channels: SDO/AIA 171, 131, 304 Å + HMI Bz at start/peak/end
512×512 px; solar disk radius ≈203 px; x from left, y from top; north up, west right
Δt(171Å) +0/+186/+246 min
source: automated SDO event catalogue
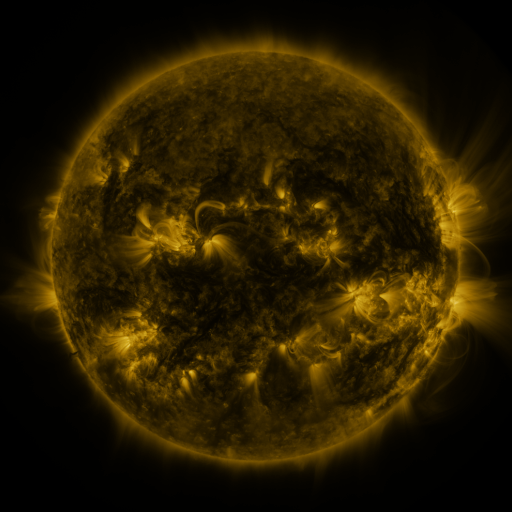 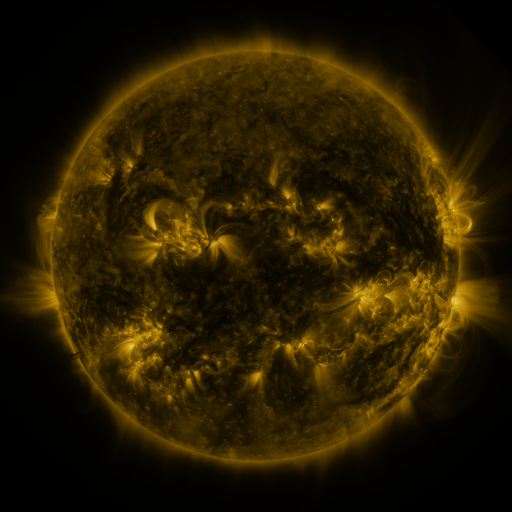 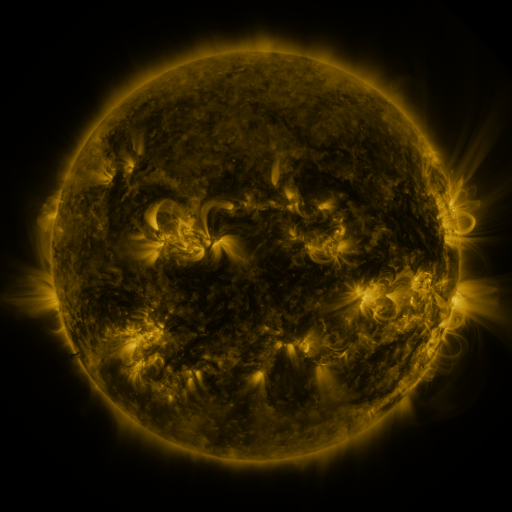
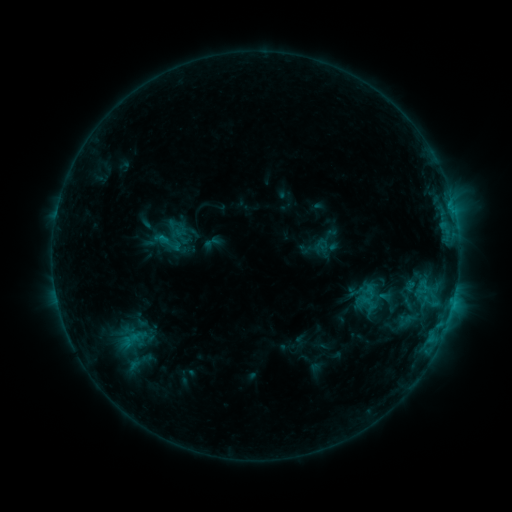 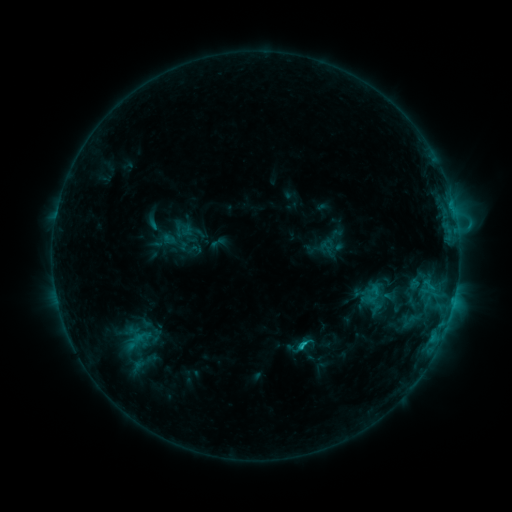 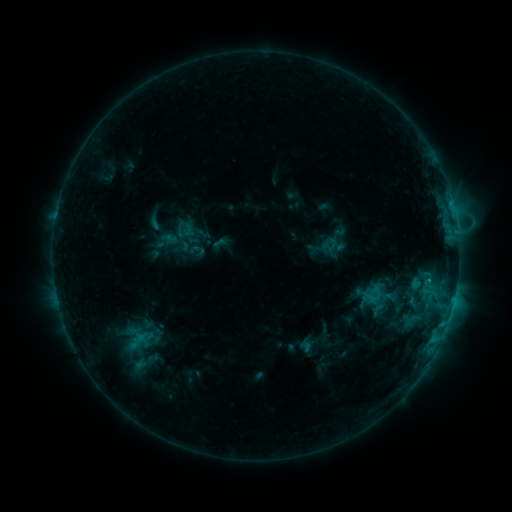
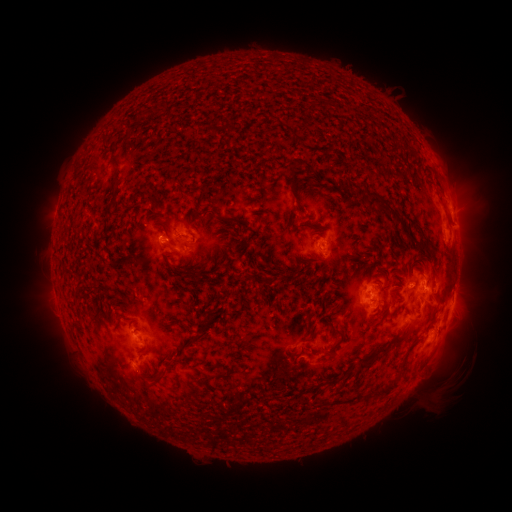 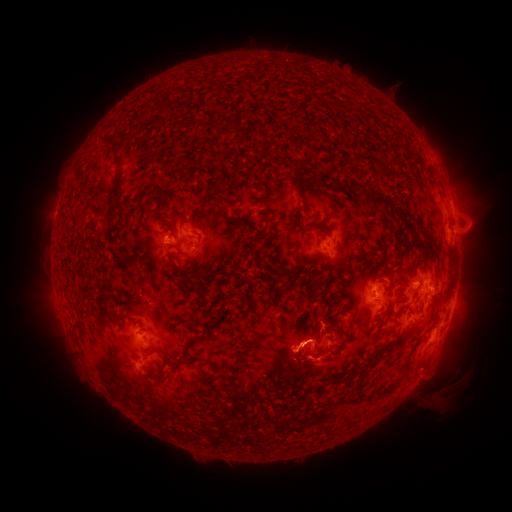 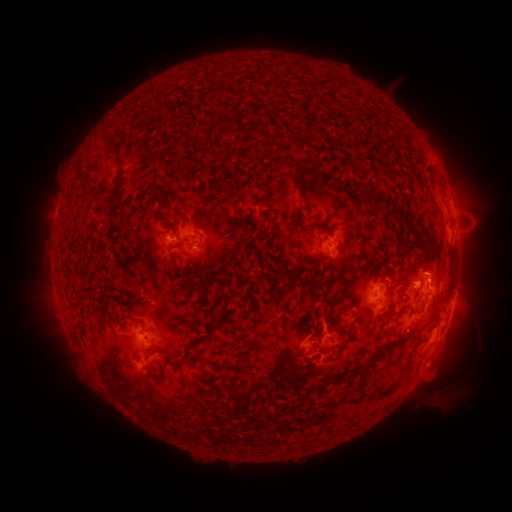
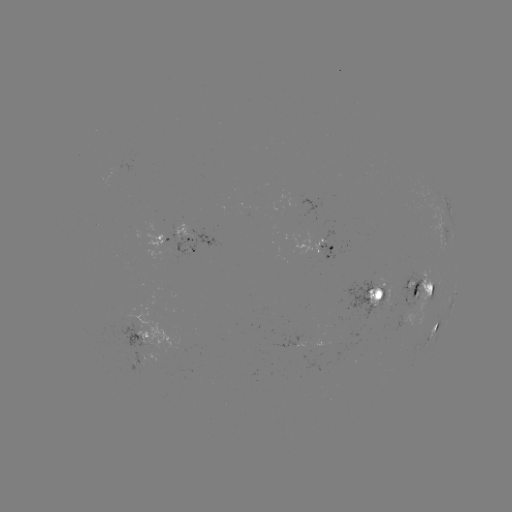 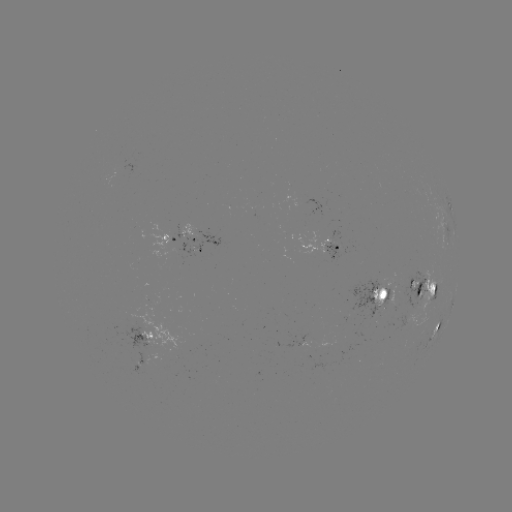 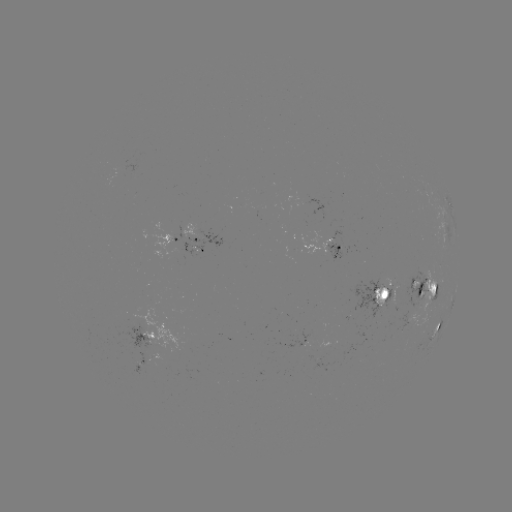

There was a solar flare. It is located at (301, 344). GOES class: C2.5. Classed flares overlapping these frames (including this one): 1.